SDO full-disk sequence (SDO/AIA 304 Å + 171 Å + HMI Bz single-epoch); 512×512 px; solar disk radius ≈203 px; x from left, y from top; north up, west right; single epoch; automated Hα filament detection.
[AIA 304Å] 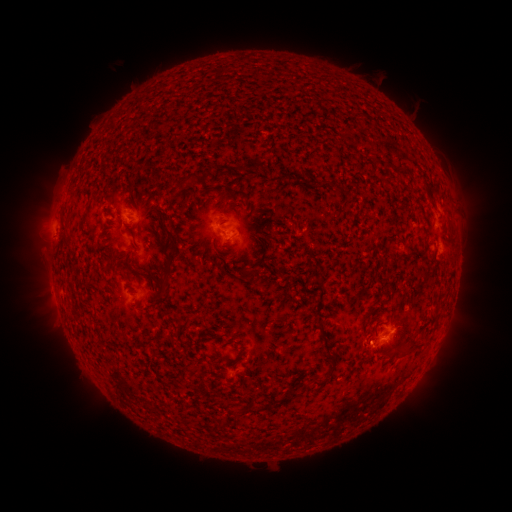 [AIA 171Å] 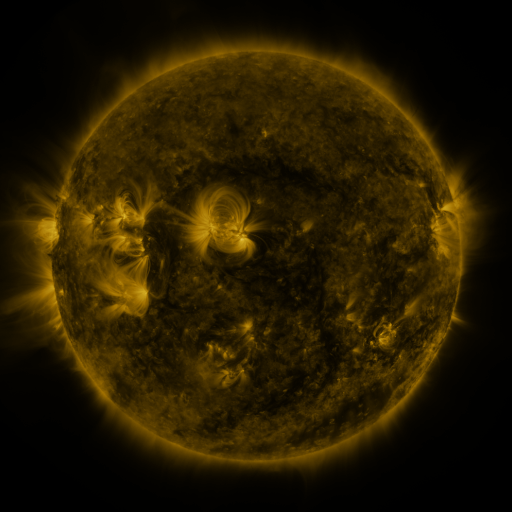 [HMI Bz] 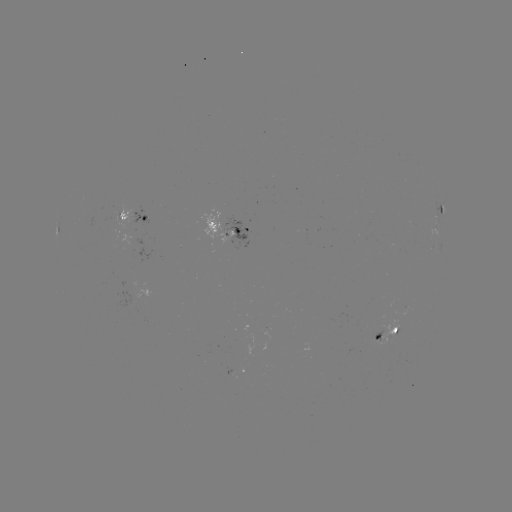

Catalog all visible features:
filament: (257, 163)
filament: (386, 164)
filament: (398, 167)
filament: (181, 183)
filament: (342, 190)
filament: (226, 199)
filament: (159, 219)
filament: (267, 238)
filament: (172, 242)
filament: (247, 275)
filament: (165, 294)
filament: (238, 338)
filament: (326, 344)
filament: (409, 348)
filament: (333, 370)
filament: (320, 383)
filament: (291, 394)
filament: (276, 399)
filament: (253, 410)
